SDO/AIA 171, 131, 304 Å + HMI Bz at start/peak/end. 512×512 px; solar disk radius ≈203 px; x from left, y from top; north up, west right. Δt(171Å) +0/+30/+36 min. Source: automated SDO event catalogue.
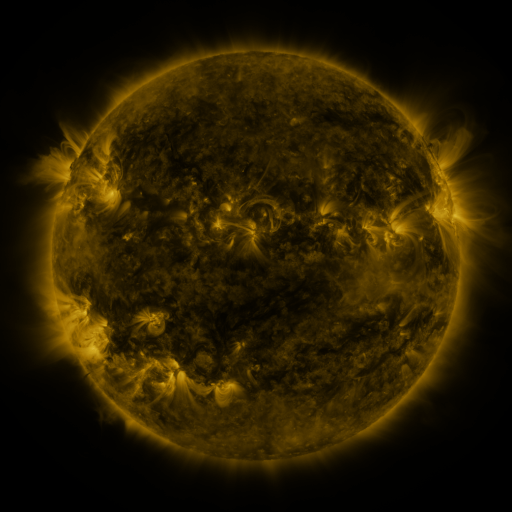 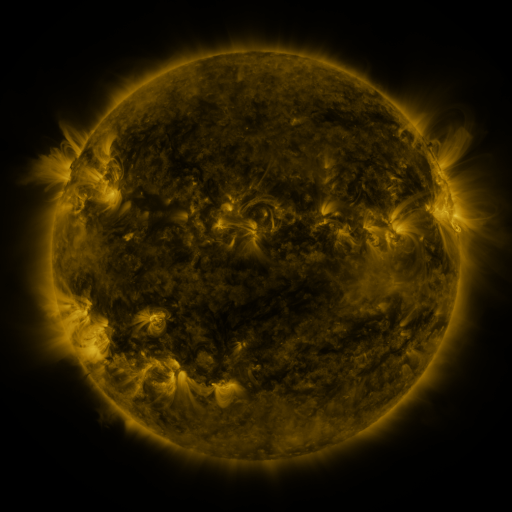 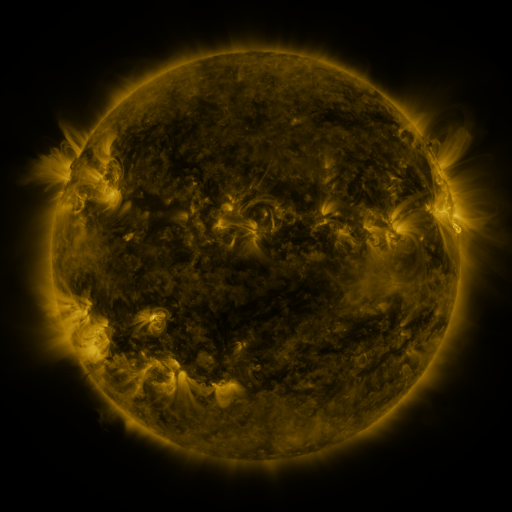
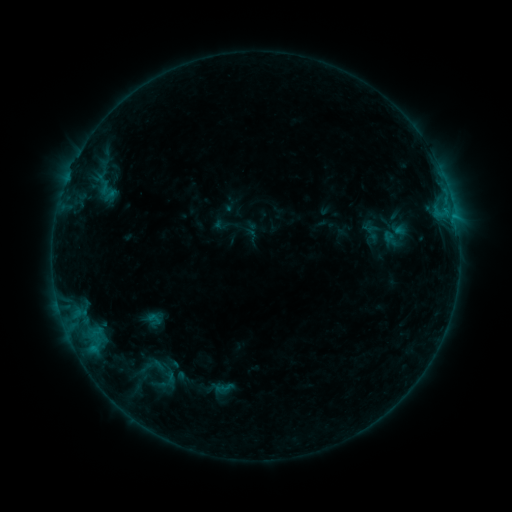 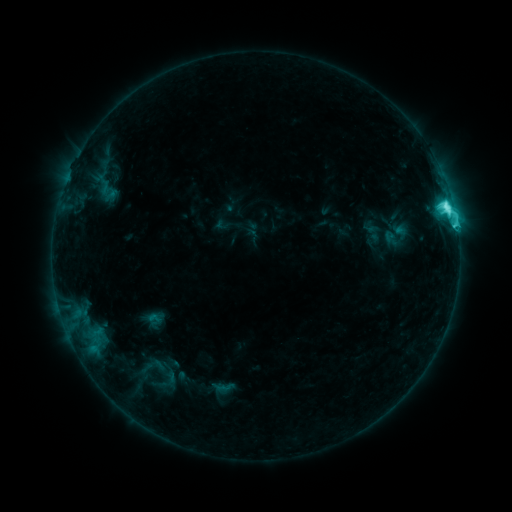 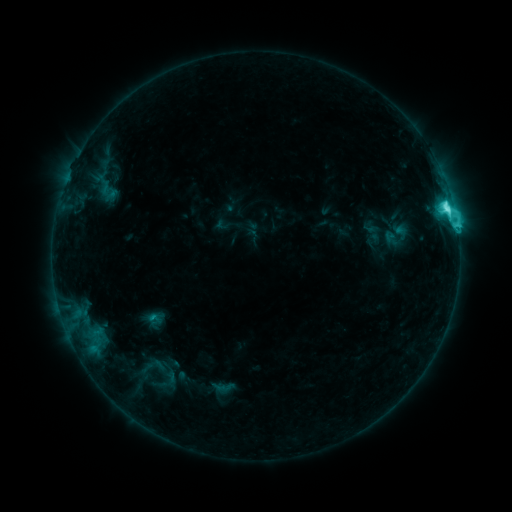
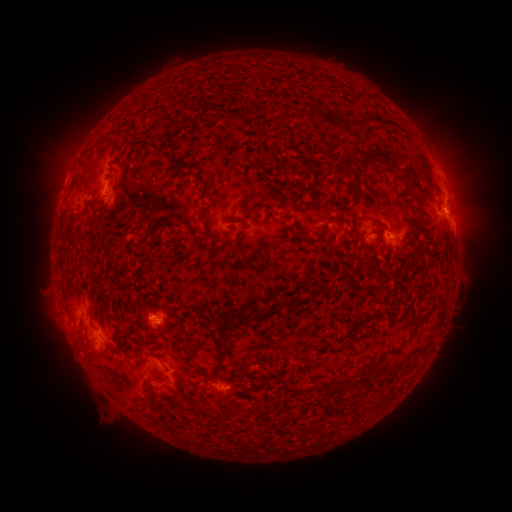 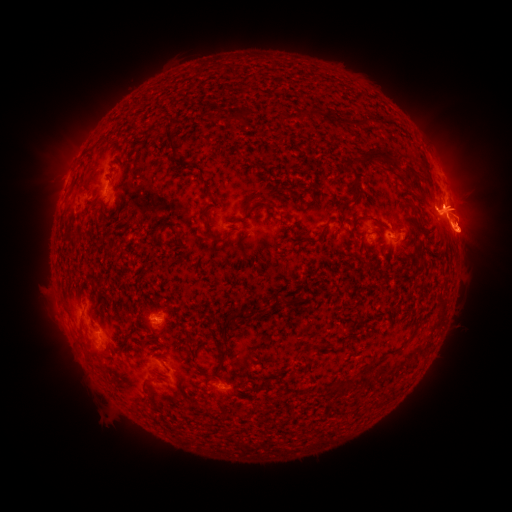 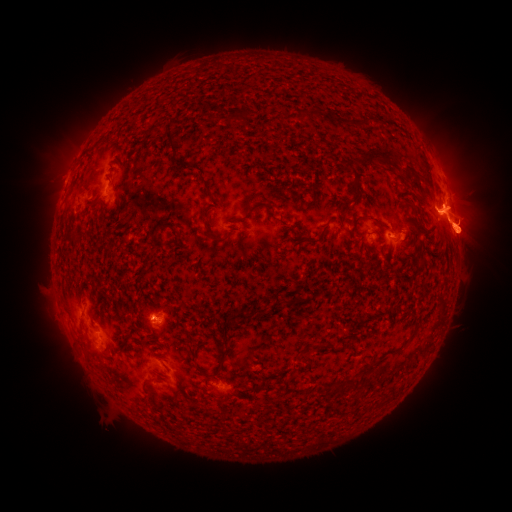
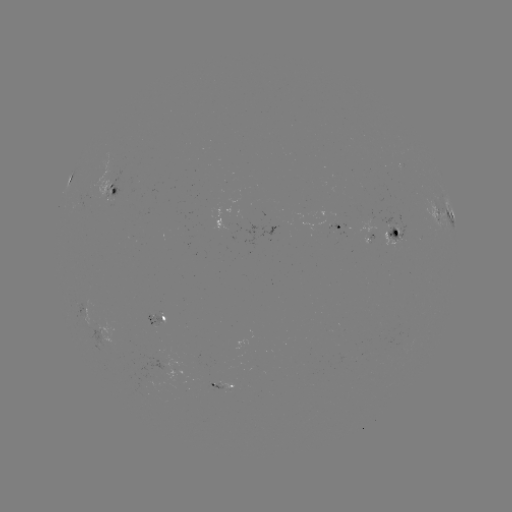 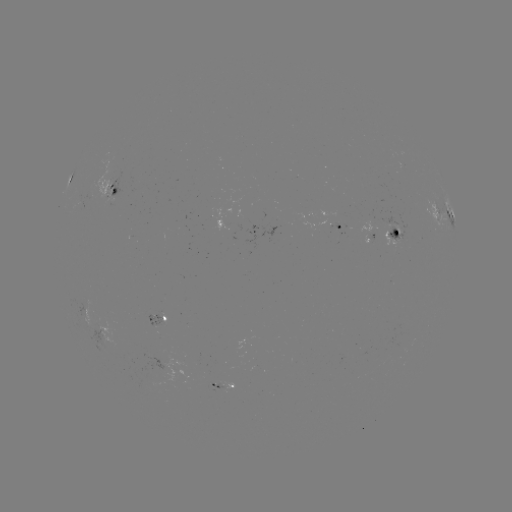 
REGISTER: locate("C7.3 flare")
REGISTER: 445,213